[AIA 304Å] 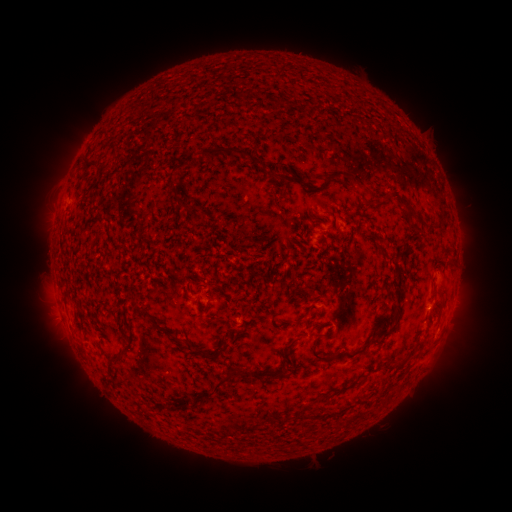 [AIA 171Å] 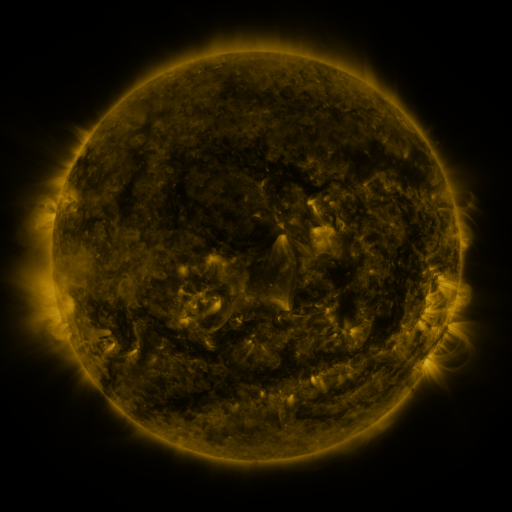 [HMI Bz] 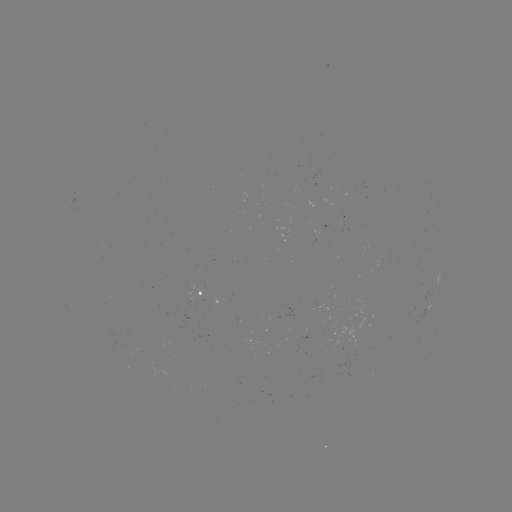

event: spotted active region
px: (206, 298)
